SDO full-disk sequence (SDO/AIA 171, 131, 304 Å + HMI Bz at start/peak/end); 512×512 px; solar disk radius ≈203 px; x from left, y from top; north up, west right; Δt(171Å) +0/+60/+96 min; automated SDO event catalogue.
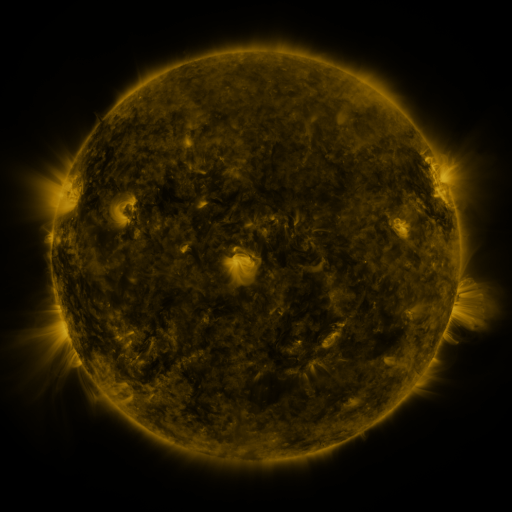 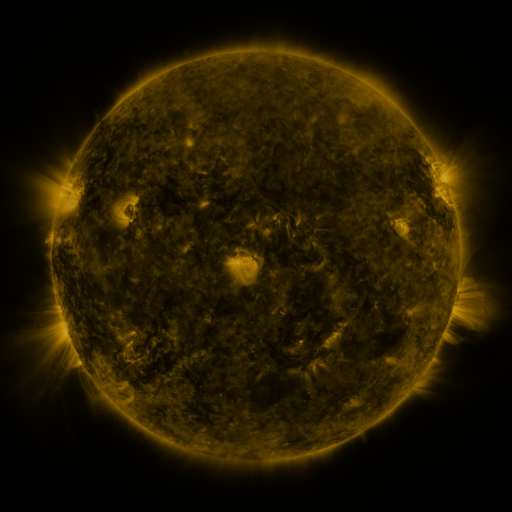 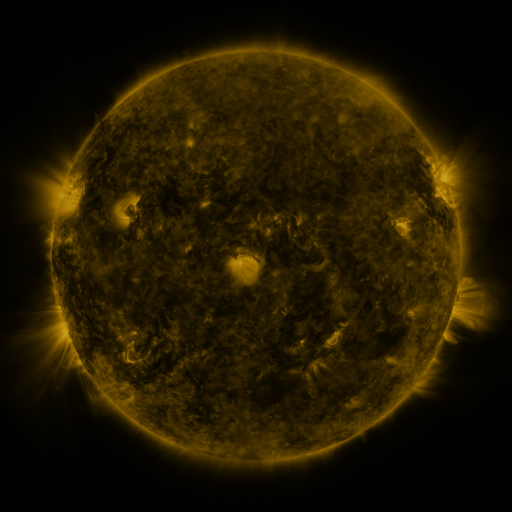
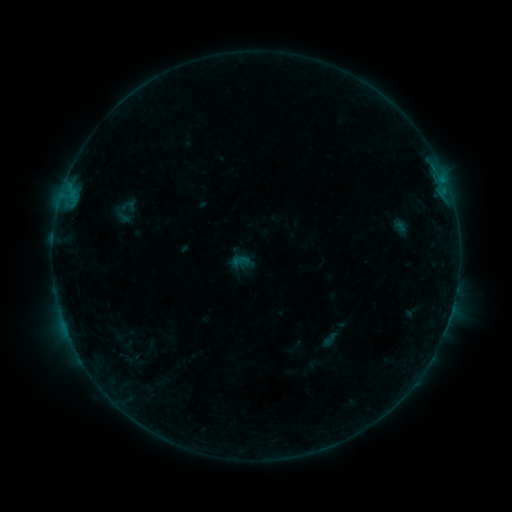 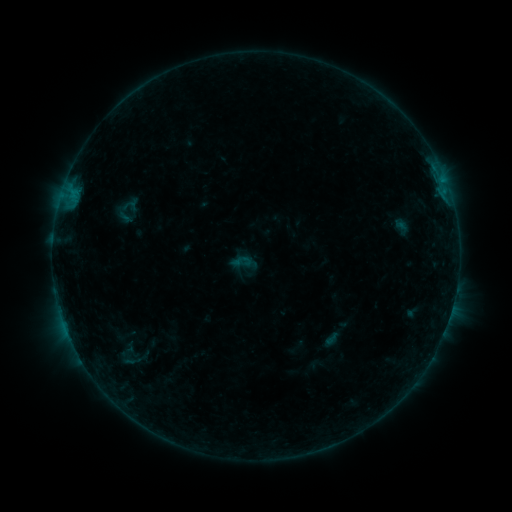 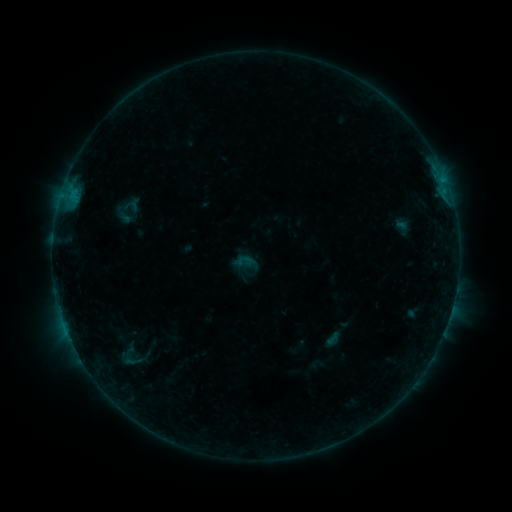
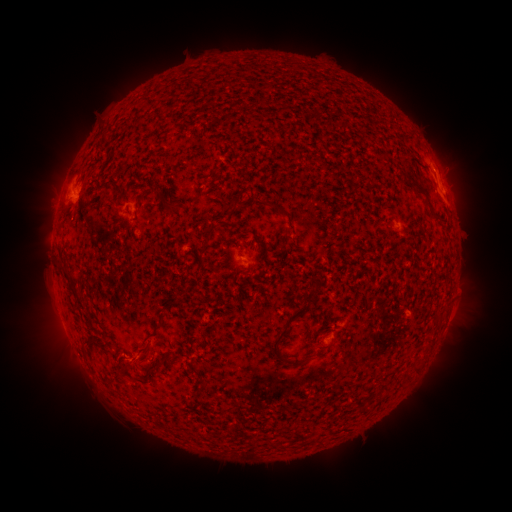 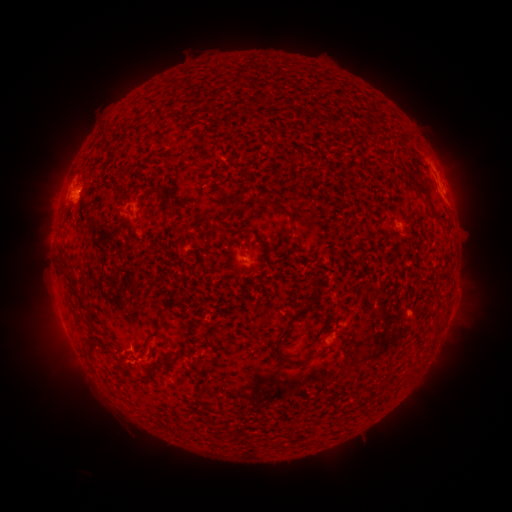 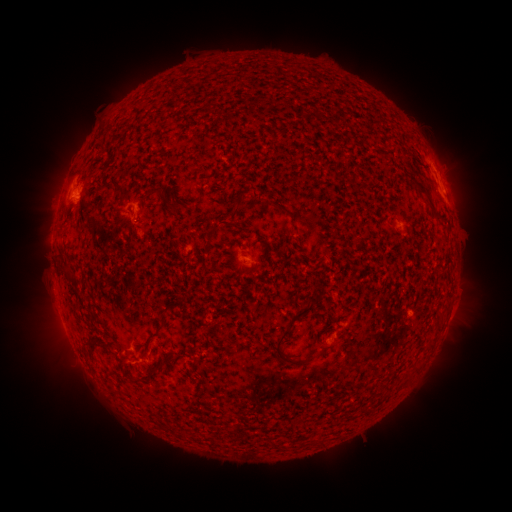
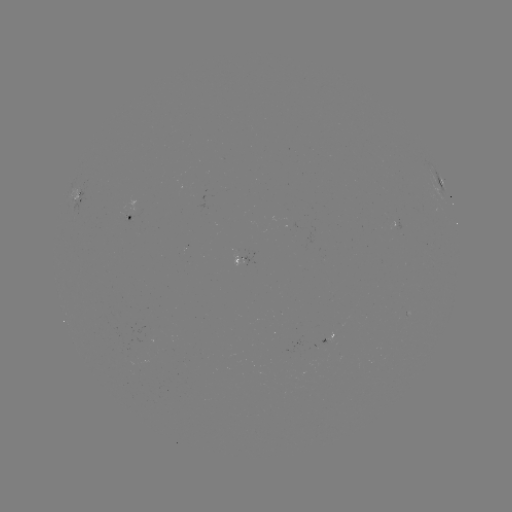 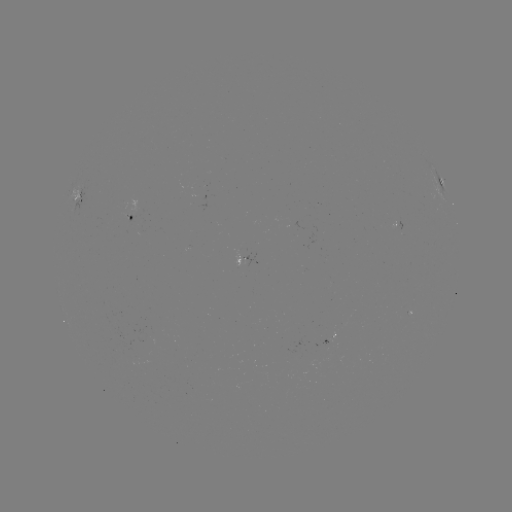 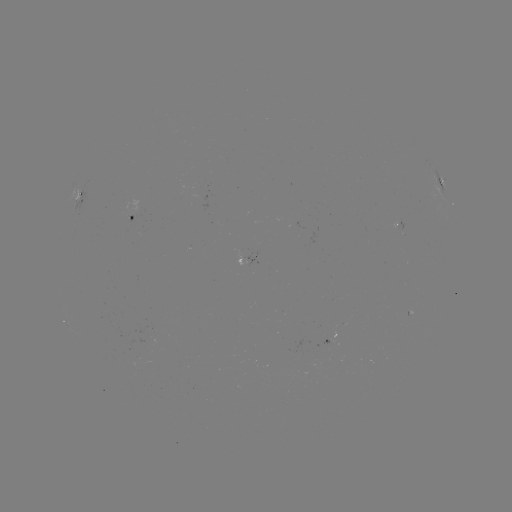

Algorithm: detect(emerging-flux region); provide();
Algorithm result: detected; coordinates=307,353